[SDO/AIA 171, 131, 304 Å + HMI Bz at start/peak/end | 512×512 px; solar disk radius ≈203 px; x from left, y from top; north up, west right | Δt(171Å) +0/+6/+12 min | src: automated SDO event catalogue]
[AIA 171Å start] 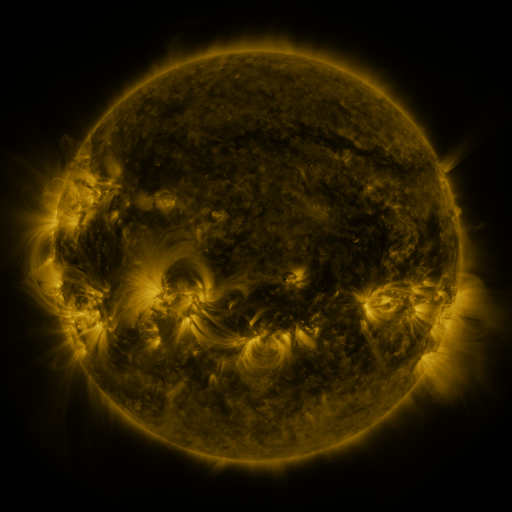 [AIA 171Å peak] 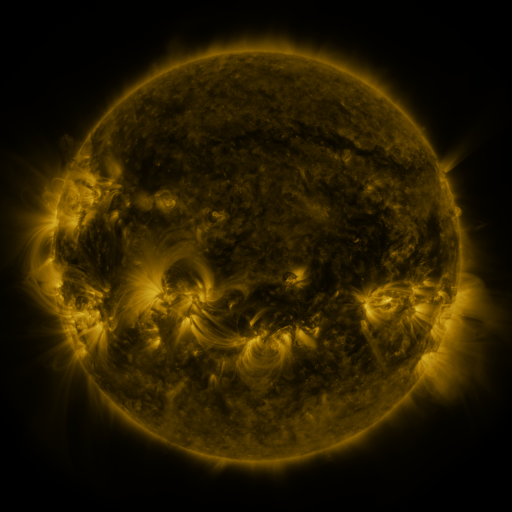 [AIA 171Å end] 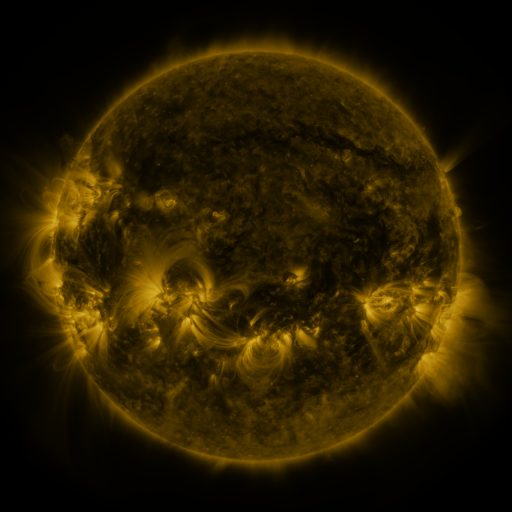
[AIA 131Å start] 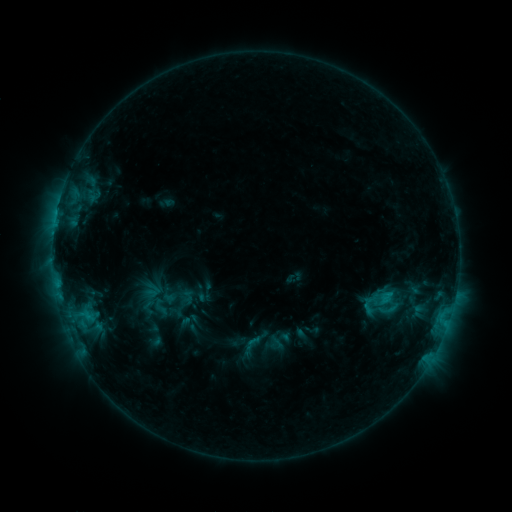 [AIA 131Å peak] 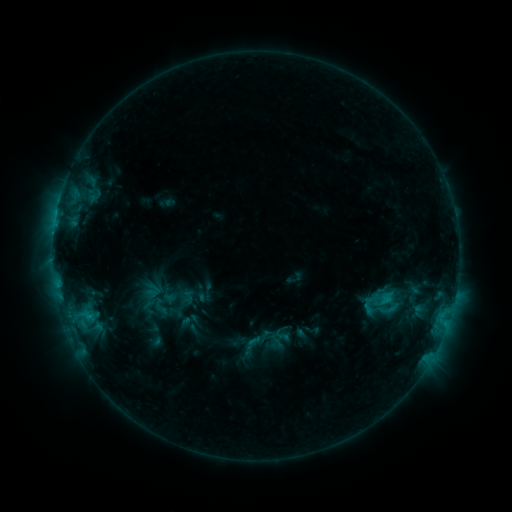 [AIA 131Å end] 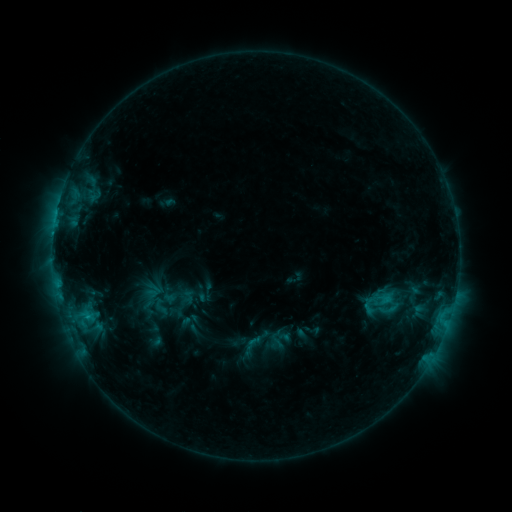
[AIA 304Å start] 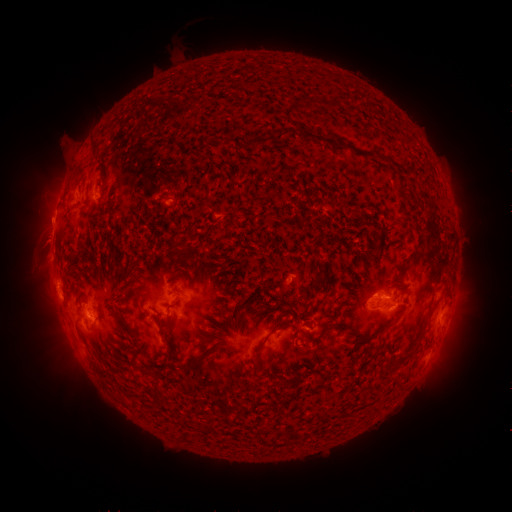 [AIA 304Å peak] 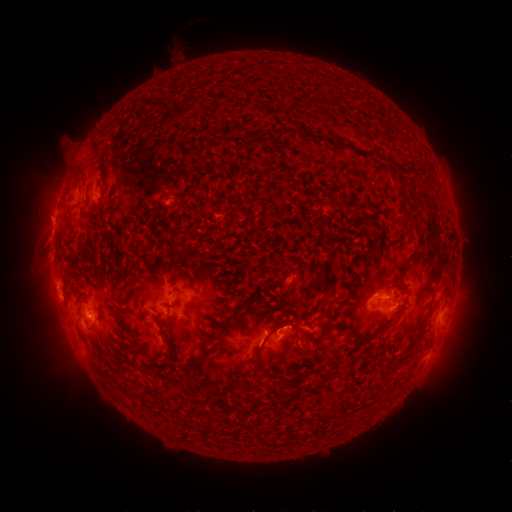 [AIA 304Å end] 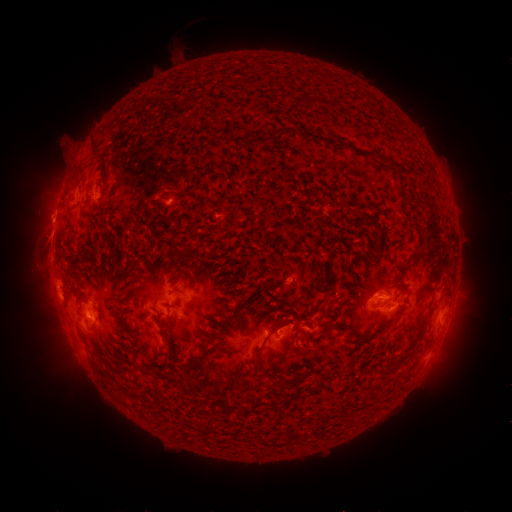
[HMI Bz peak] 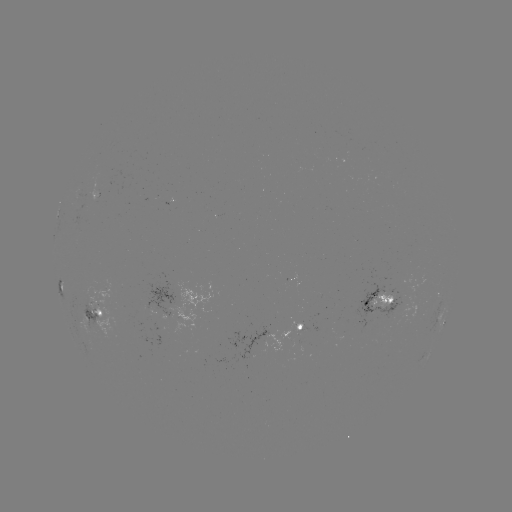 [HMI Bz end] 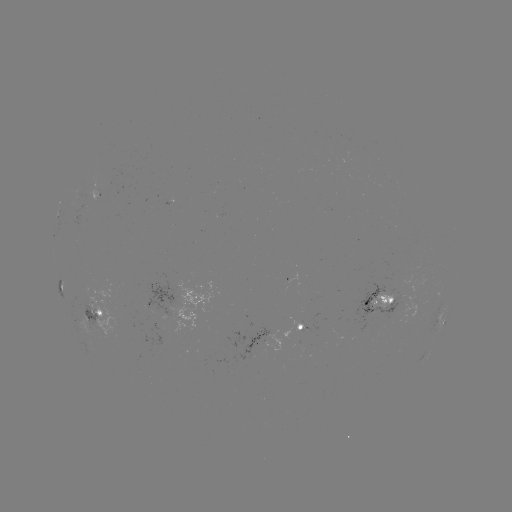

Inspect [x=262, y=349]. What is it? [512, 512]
eruption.